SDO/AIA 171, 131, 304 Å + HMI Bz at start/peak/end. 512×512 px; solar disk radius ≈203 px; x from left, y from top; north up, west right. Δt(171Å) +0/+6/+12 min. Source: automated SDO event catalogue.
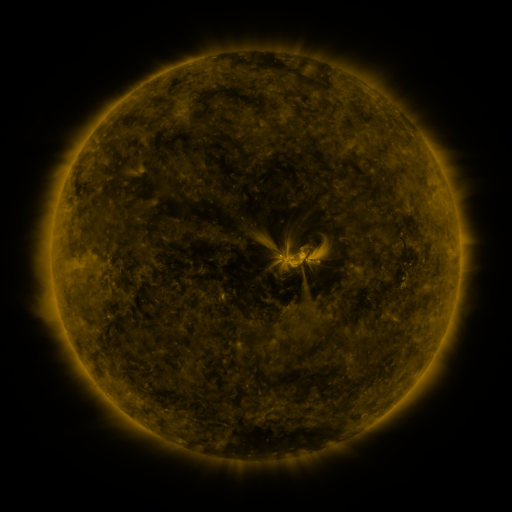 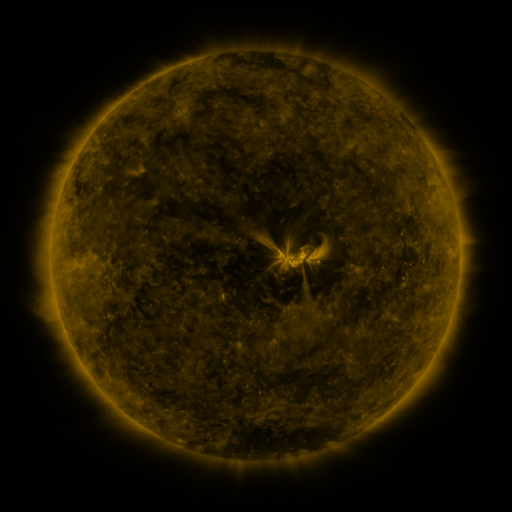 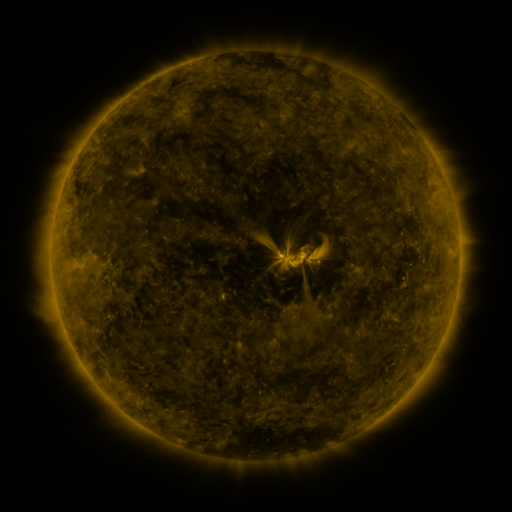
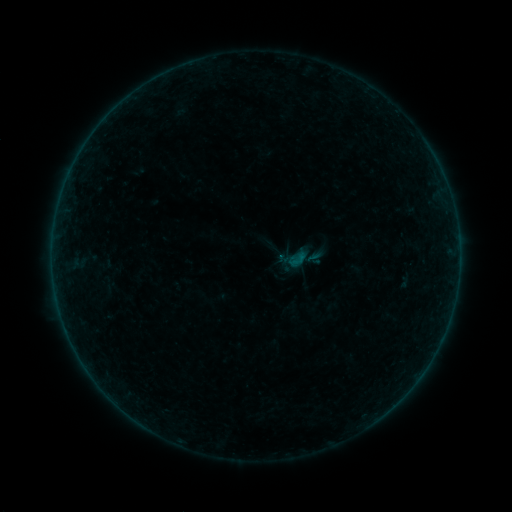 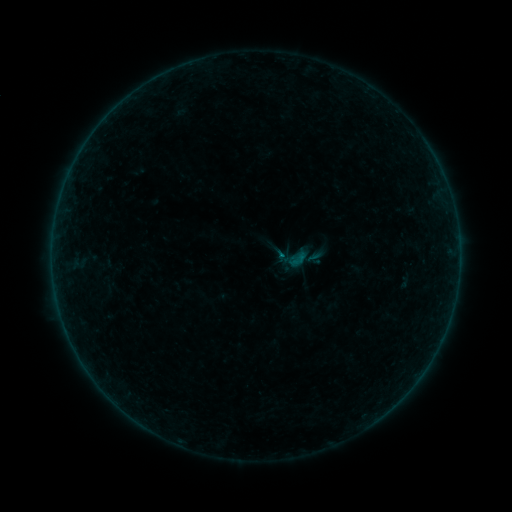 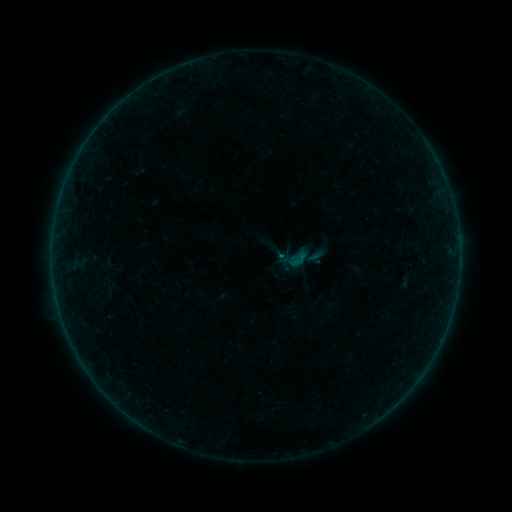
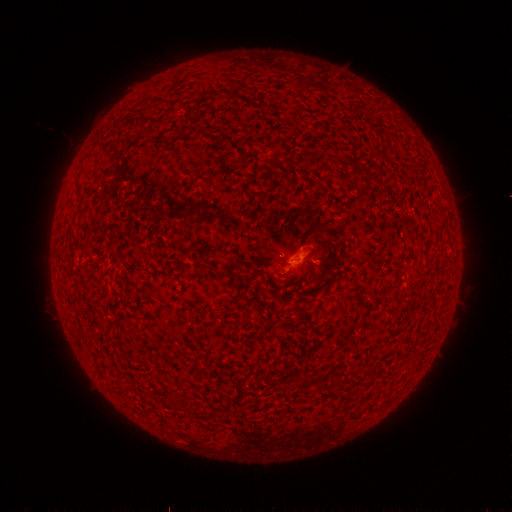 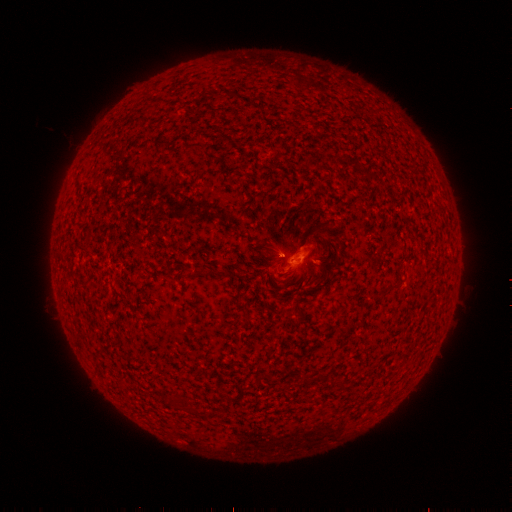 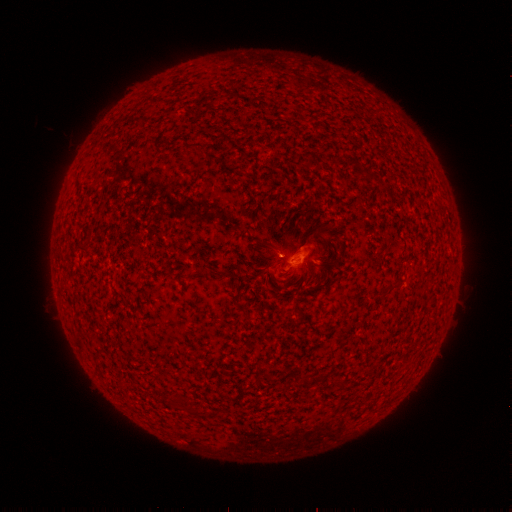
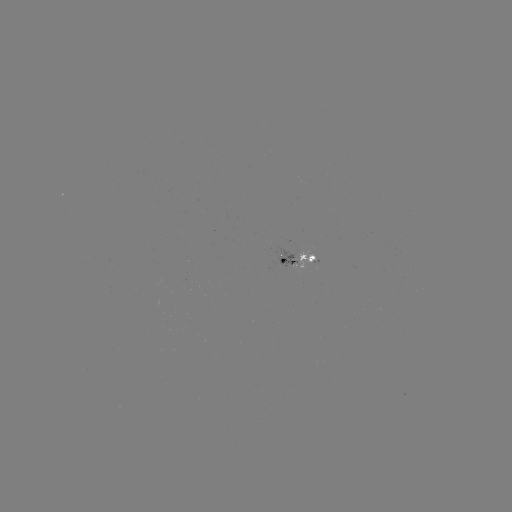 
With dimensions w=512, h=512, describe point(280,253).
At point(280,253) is B1.6 flare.